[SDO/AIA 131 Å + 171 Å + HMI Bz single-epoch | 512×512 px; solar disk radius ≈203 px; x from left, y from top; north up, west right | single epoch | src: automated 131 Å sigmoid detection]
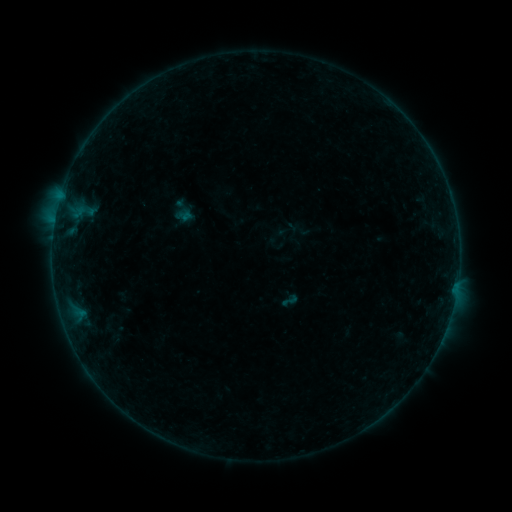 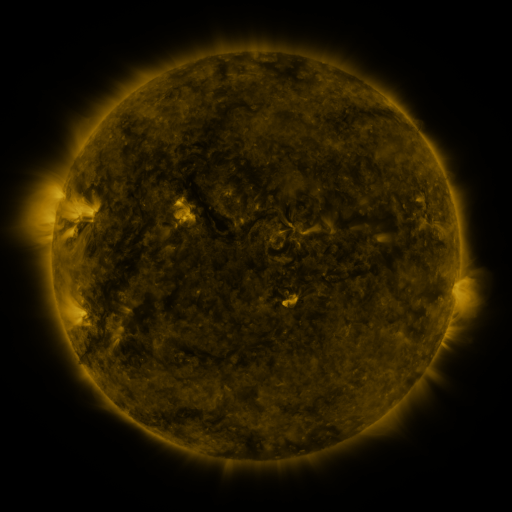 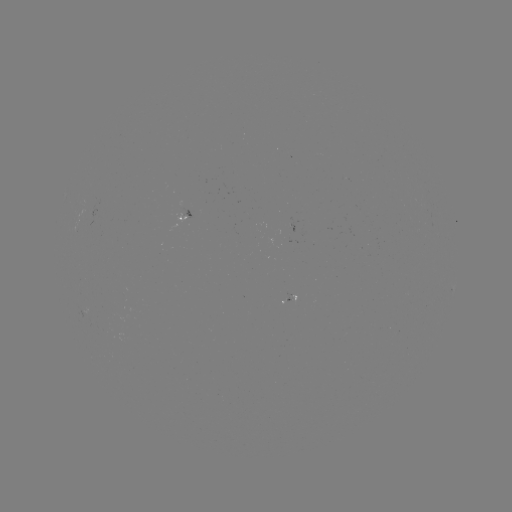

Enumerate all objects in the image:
sigmoid: <bbox>280, 291, 299, 310</bbox>
